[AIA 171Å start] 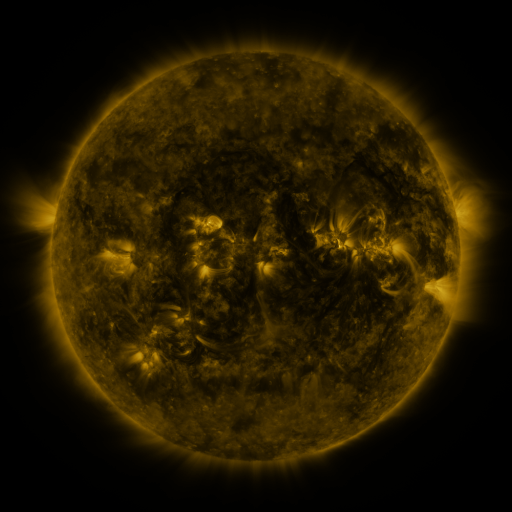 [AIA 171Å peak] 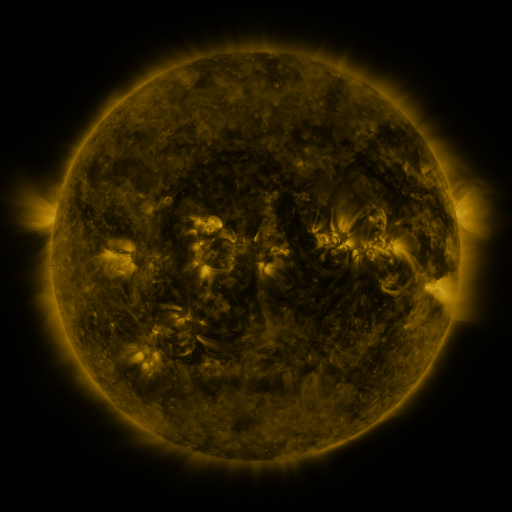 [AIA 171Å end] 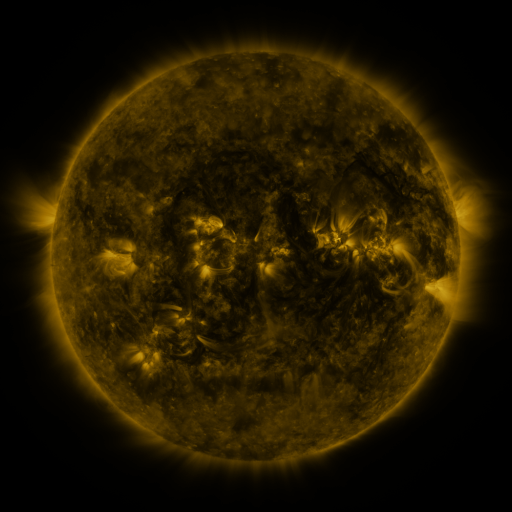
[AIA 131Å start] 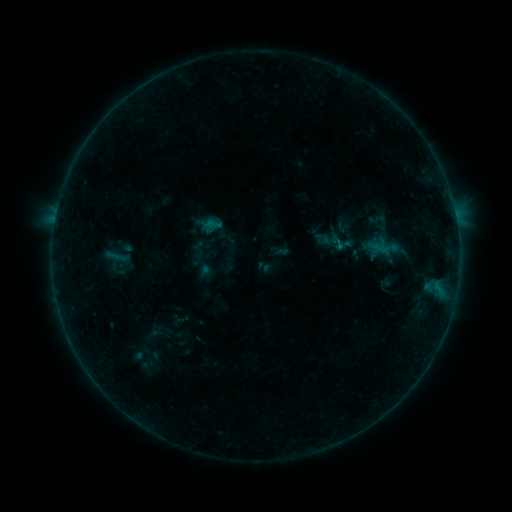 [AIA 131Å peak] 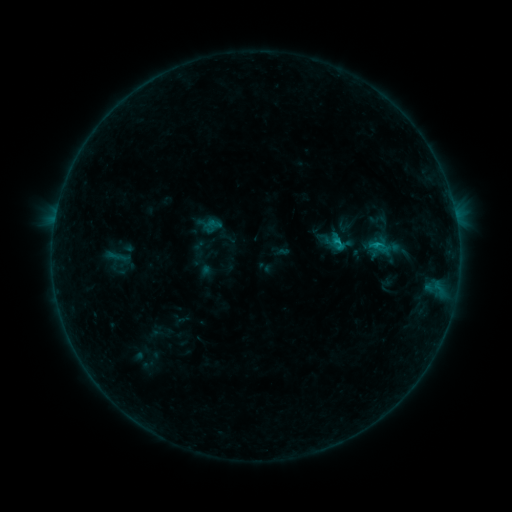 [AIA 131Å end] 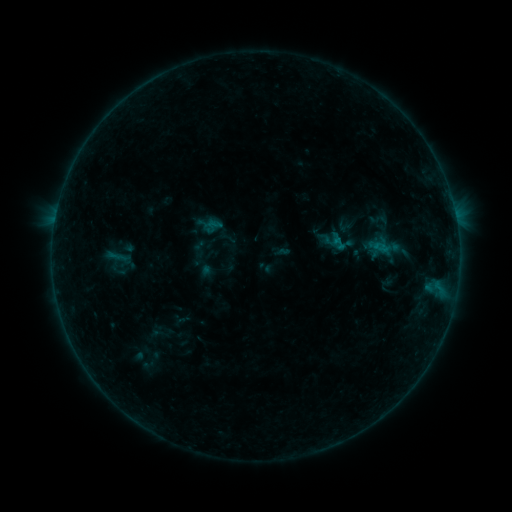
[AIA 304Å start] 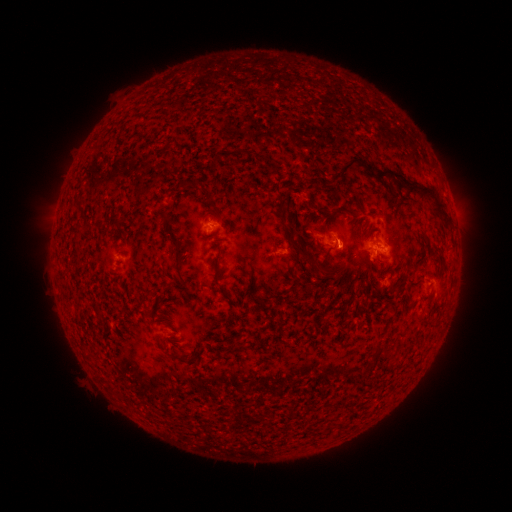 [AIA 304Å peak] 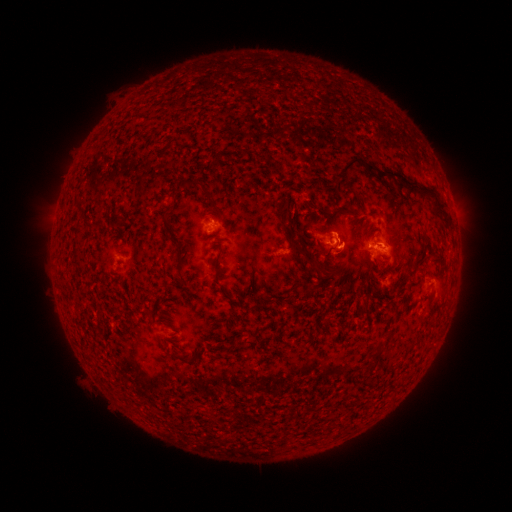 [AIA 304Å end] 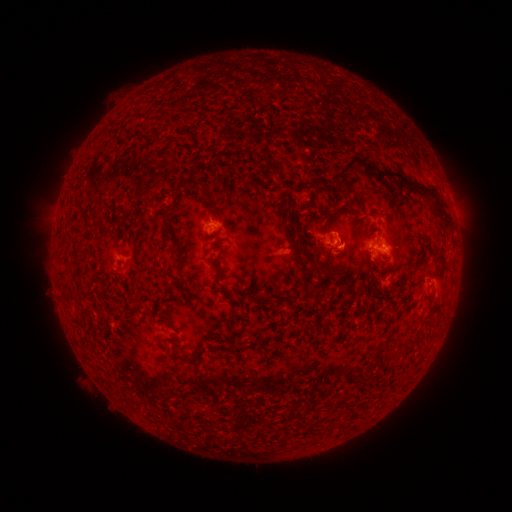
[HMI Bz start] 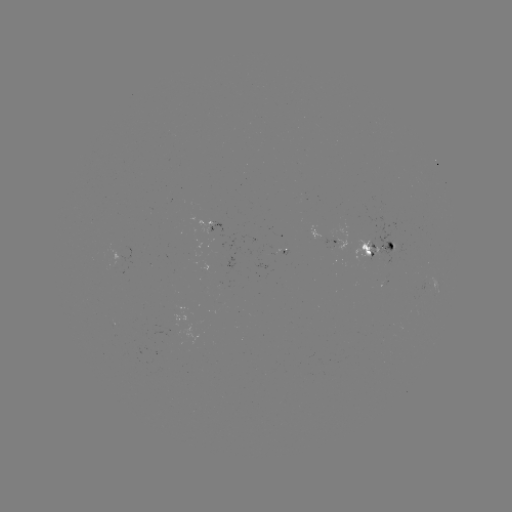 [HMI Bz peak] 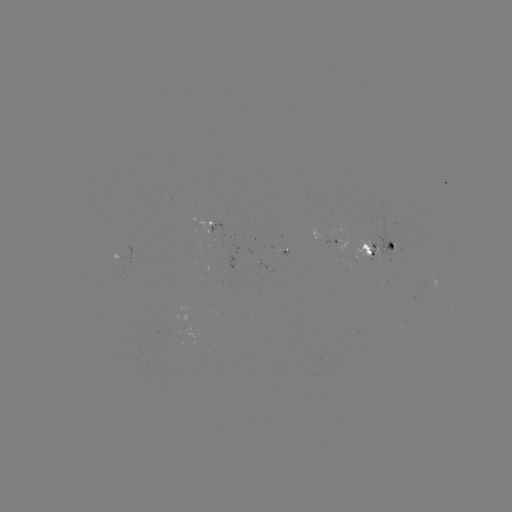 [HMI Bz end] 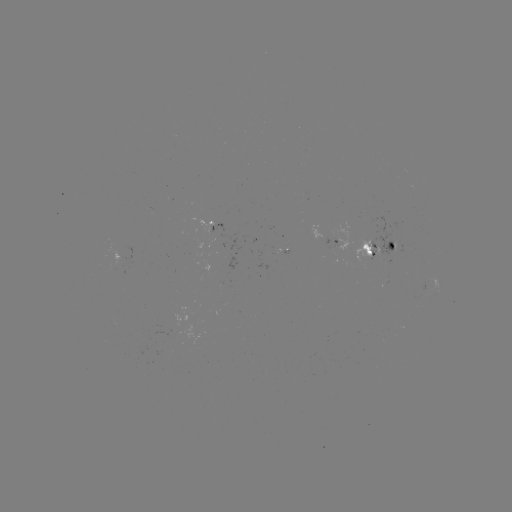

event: flare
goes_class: B7.9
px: (337, 244)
